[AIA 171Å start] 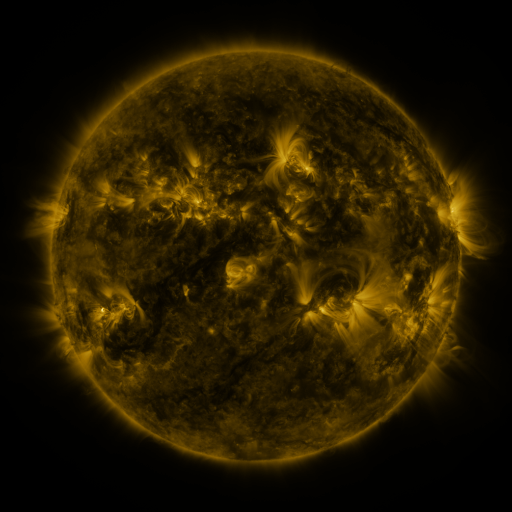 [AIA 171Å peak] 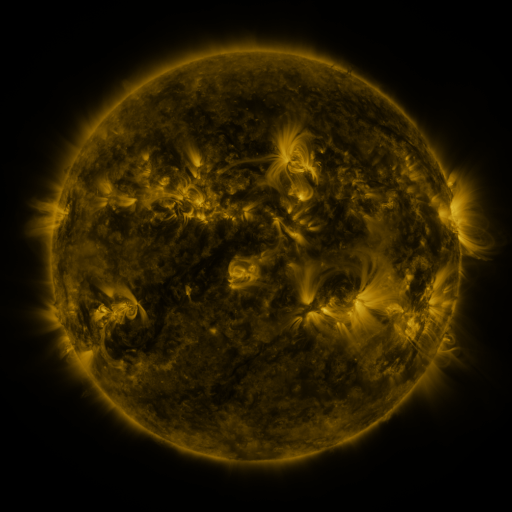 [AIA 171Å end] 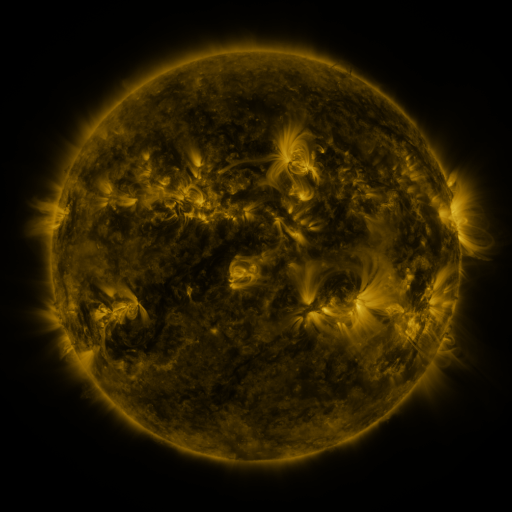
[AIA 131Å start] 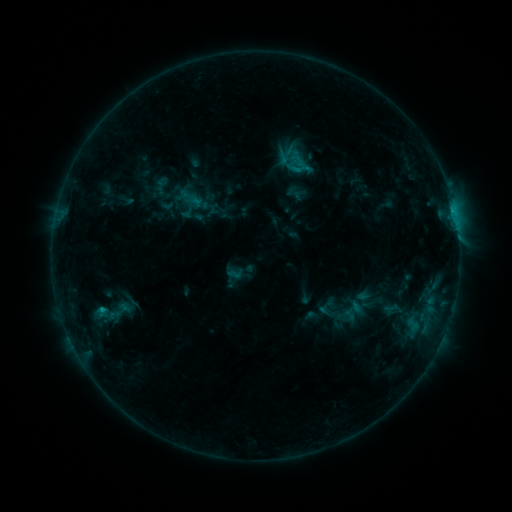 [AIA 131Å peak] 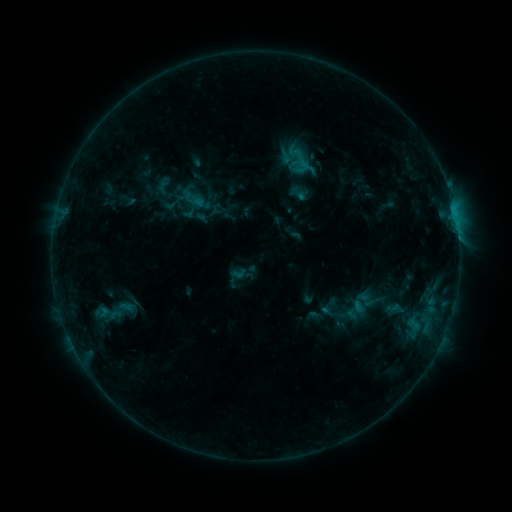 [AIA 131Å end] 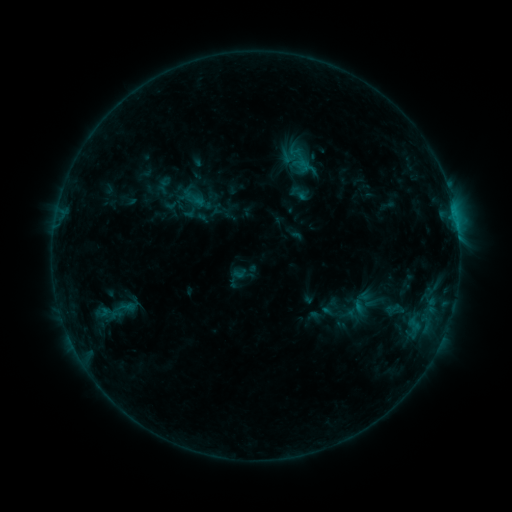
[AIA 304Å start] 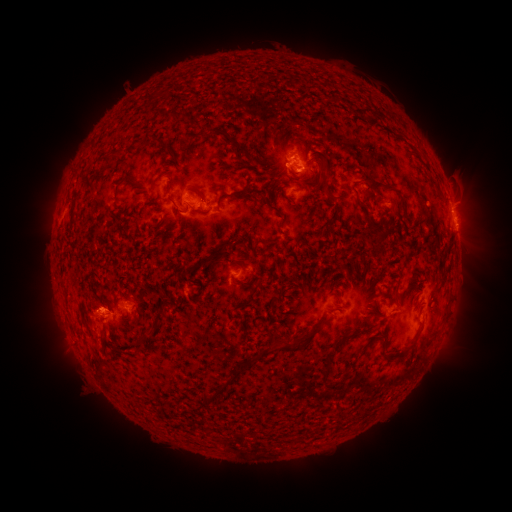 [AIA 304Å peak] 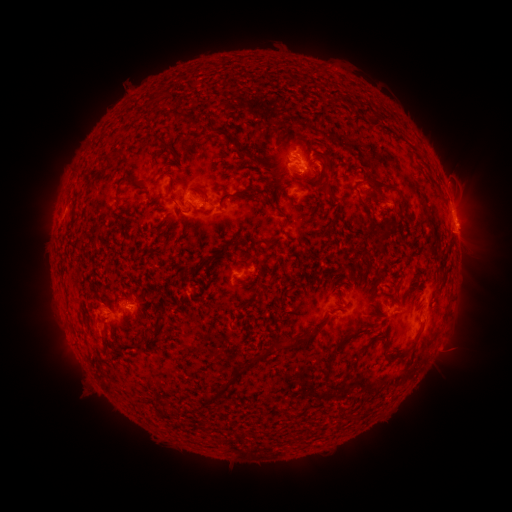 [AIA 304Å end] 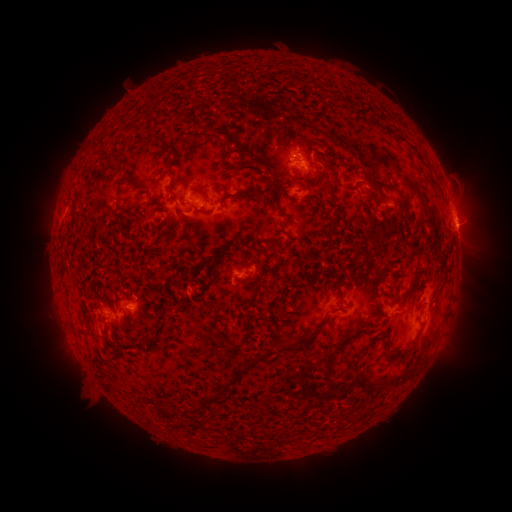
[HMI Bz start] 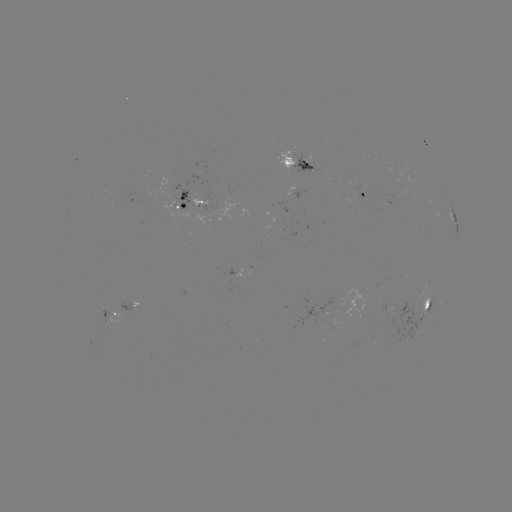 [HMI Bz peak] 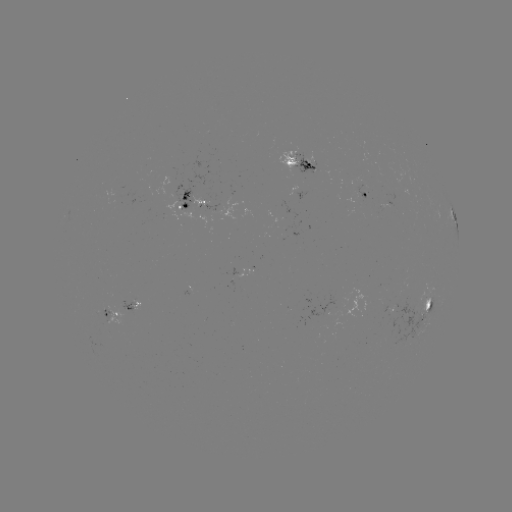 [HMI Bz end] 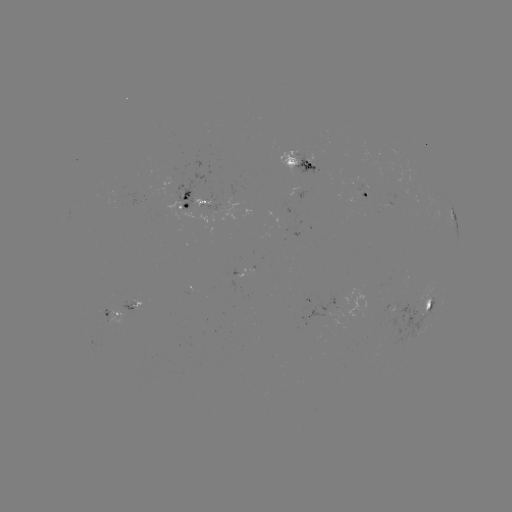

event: emerging-flux region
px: (177, 208)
